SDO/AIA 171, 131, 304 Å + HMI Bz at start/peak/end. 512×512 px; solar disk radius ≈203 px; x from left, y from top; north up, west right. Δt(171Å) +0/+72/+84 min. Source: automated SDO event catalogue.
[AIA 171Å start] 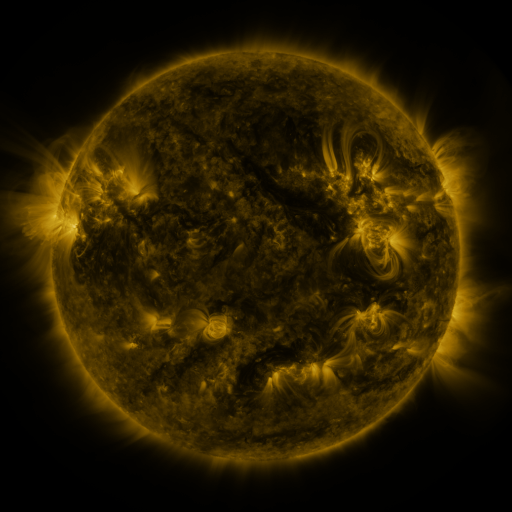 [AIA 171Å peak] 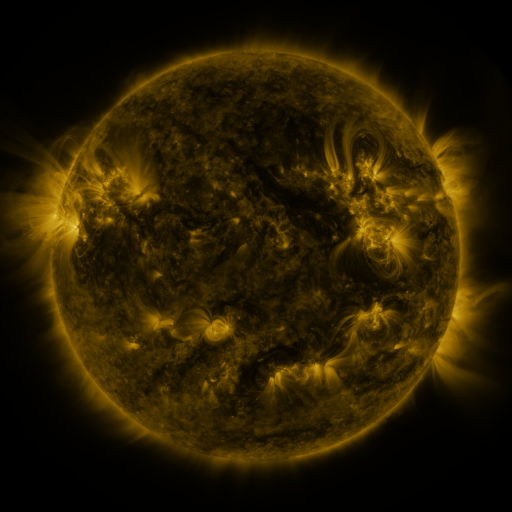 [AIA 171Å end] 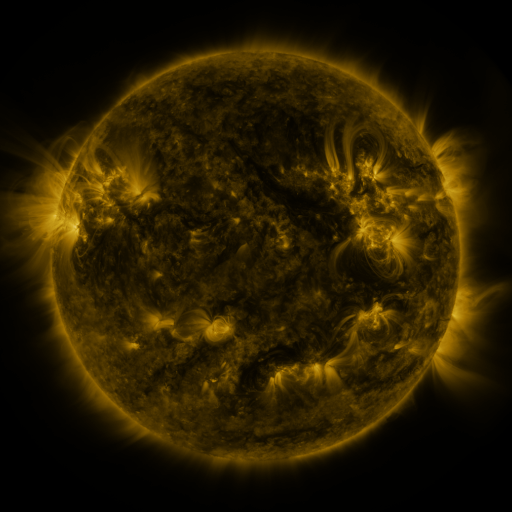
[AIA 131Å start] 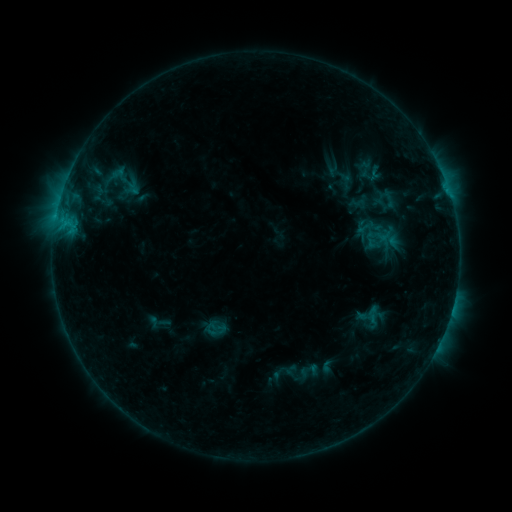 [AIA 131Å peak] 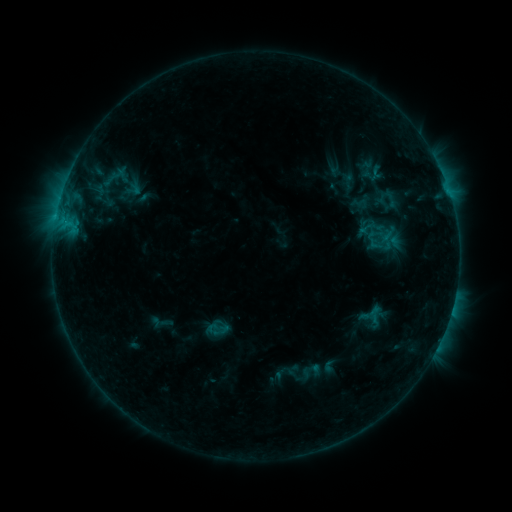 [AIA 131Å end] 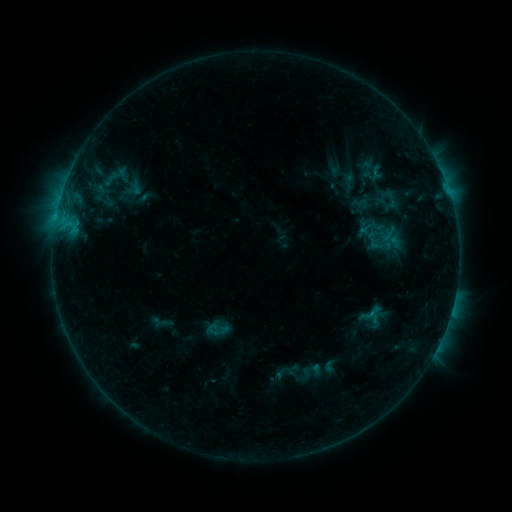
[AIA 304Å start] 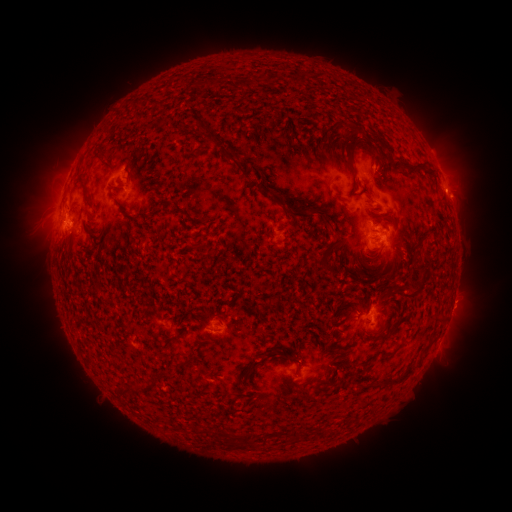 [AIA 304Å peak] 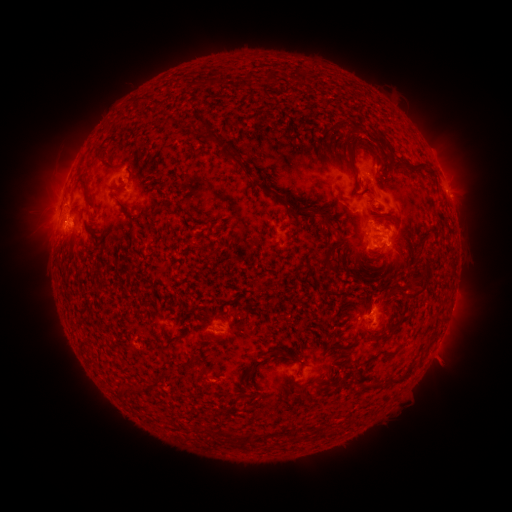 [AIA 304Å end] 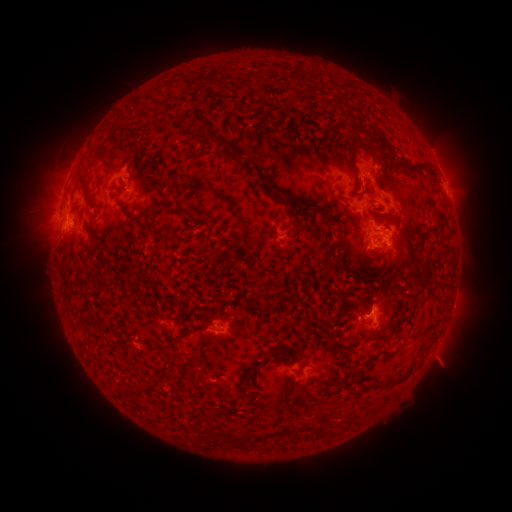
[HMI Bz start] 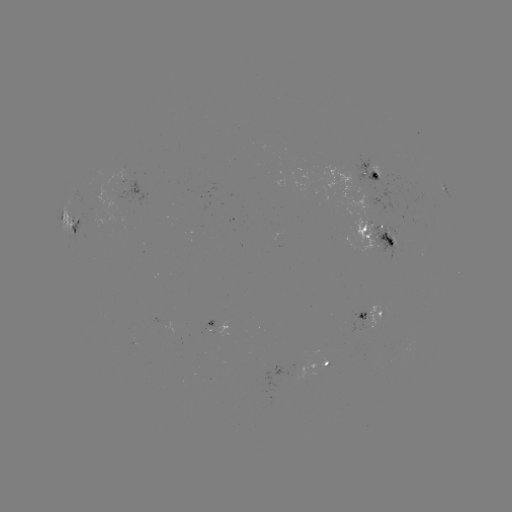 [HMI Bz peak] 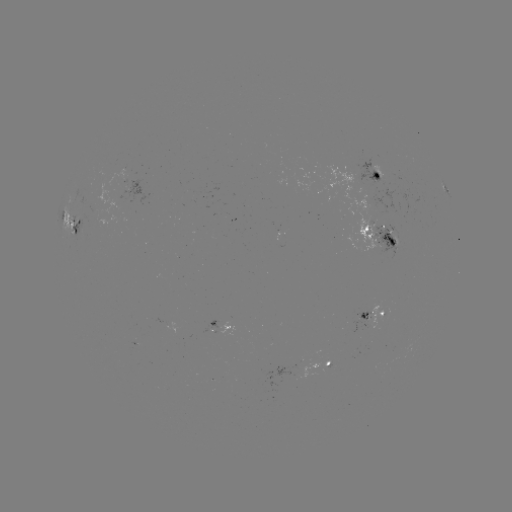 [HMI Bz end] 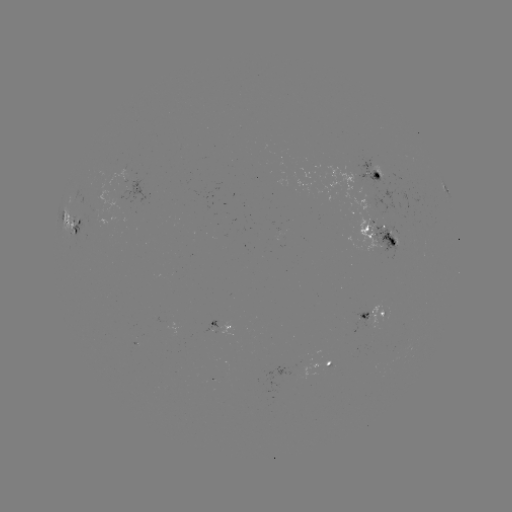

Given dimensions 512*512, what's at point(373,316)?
emerging-flux region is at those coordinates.